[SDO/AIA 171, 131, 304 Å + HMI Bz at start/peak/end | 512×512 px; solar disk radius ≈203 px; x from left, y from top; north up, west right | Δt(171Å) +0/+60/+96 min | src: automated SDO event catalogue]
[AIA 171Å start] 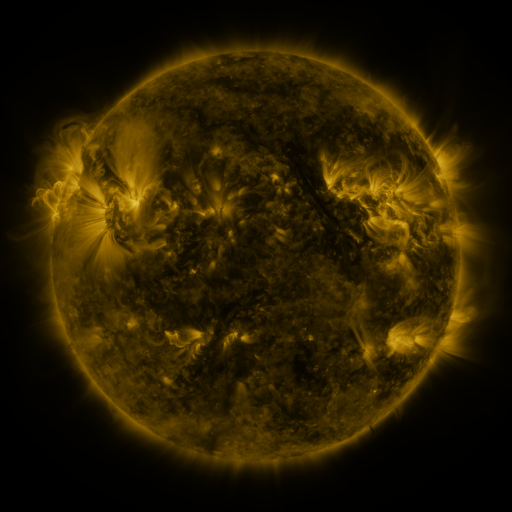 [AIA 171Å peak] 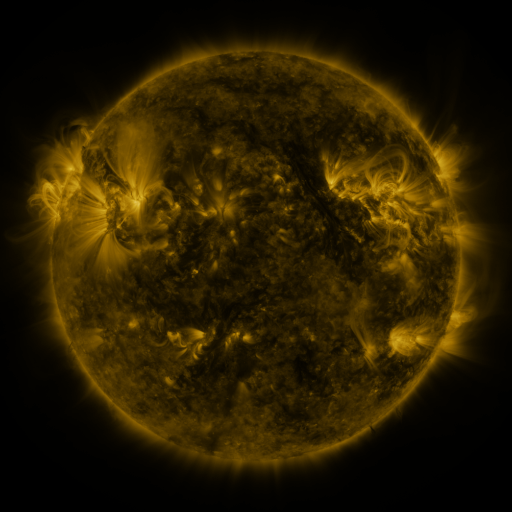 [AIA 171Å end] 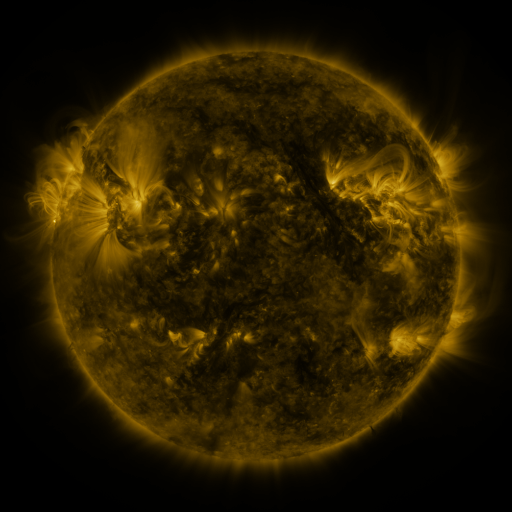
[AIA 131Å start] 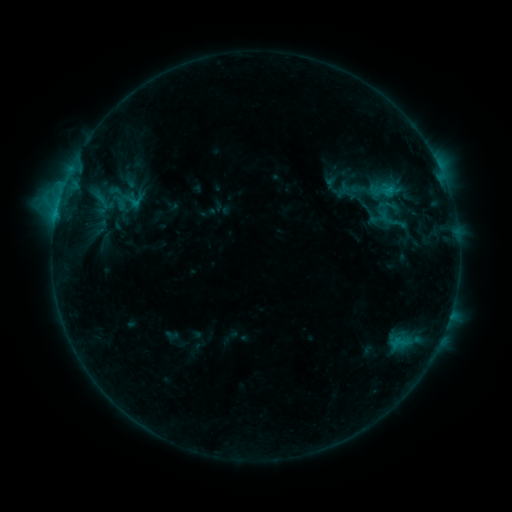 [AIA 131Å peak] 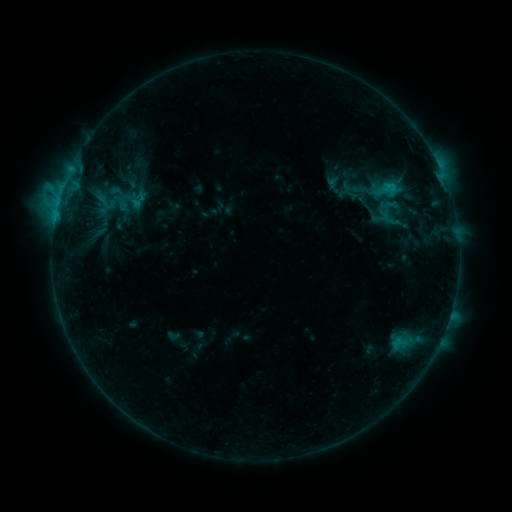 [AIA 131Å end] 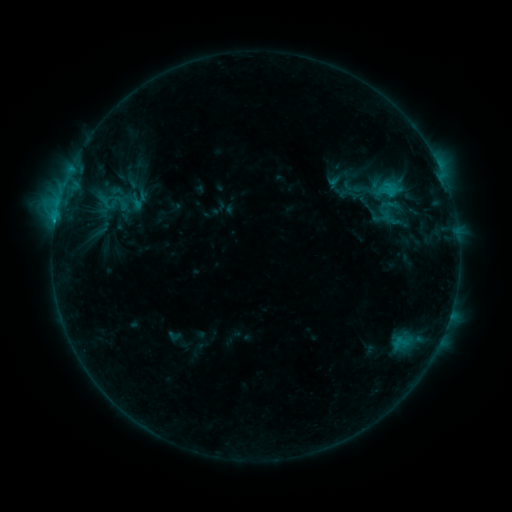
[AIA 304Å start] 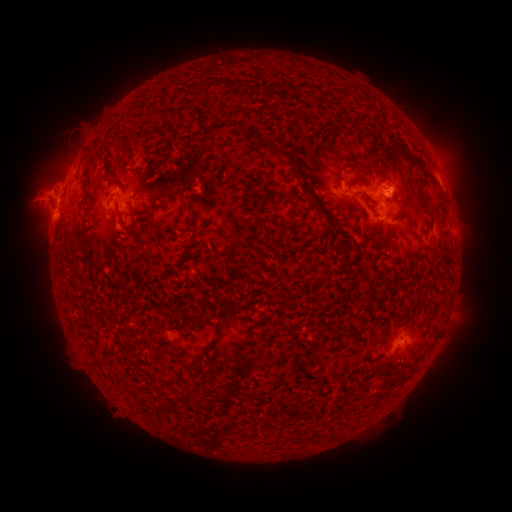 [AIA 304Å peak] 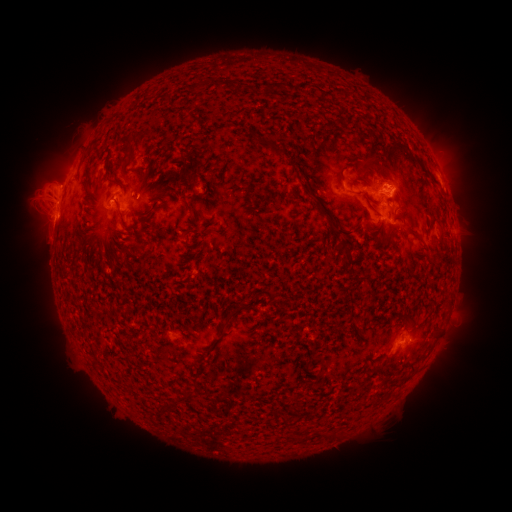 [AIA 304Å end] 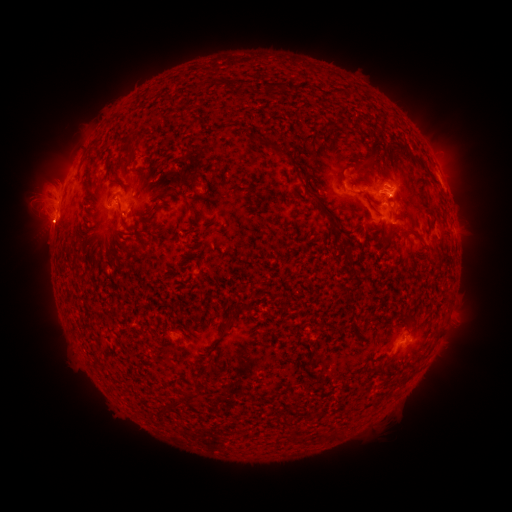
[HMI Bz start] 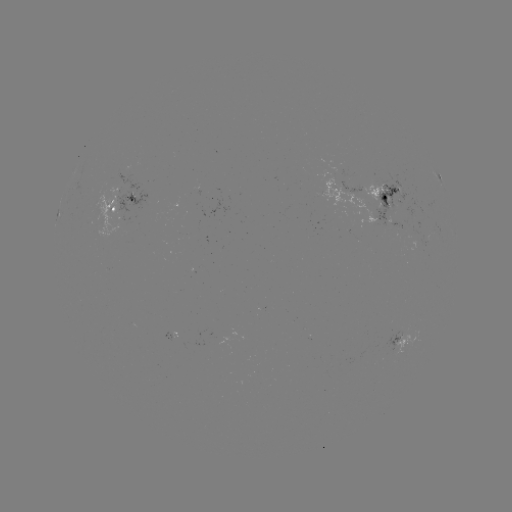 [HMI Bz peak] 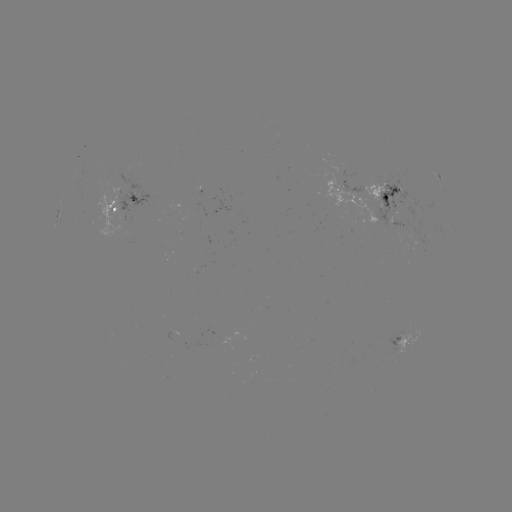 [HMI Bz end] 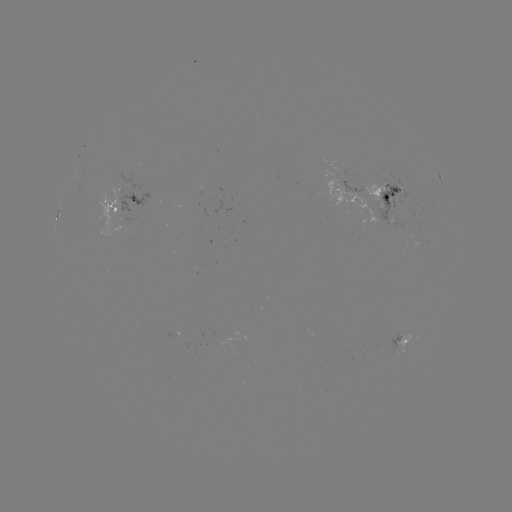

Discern emerging-flux region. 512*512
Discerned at [109, 331].